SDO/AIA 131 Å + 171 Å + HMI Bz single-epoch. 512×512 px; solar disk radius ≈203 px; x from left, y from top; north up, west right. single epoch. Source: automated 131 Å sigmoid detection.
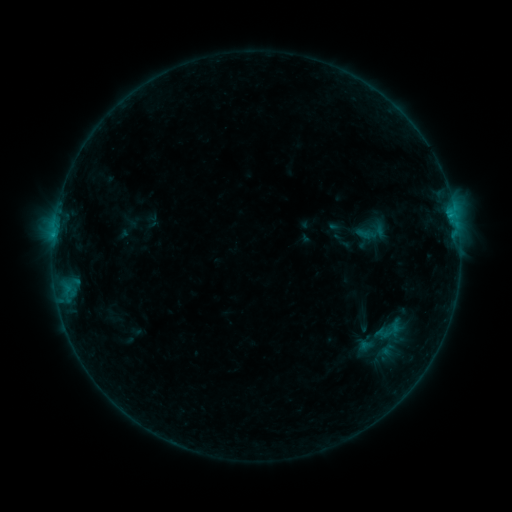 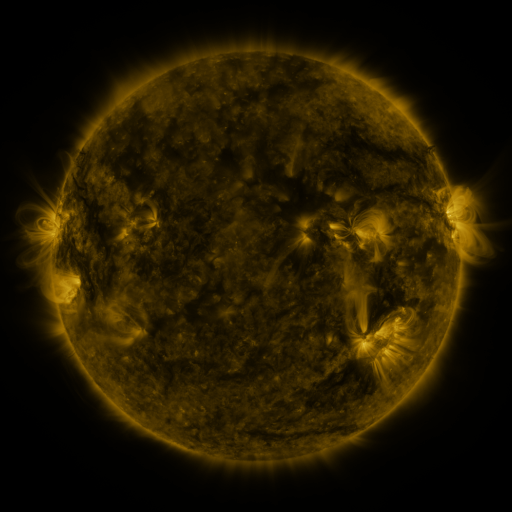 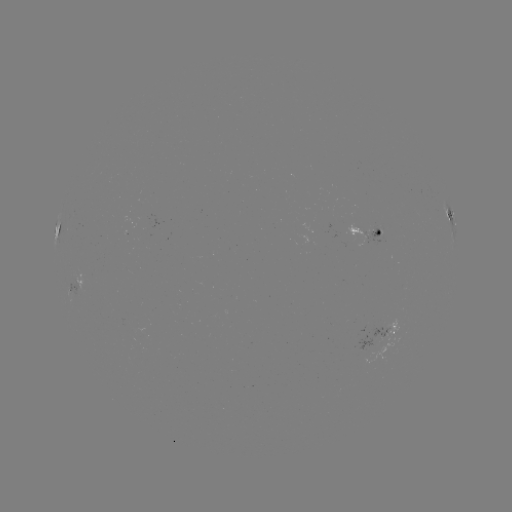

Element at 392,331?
sigmoid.